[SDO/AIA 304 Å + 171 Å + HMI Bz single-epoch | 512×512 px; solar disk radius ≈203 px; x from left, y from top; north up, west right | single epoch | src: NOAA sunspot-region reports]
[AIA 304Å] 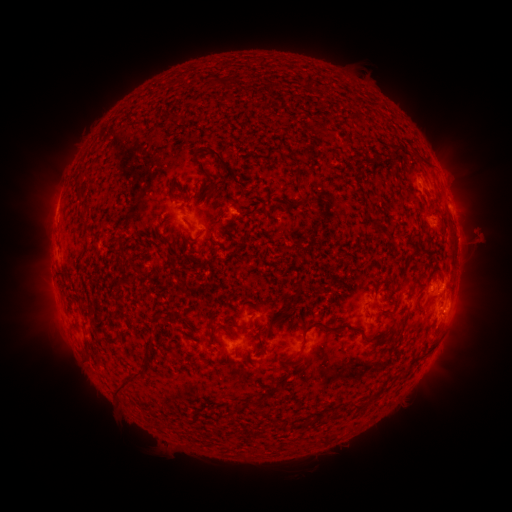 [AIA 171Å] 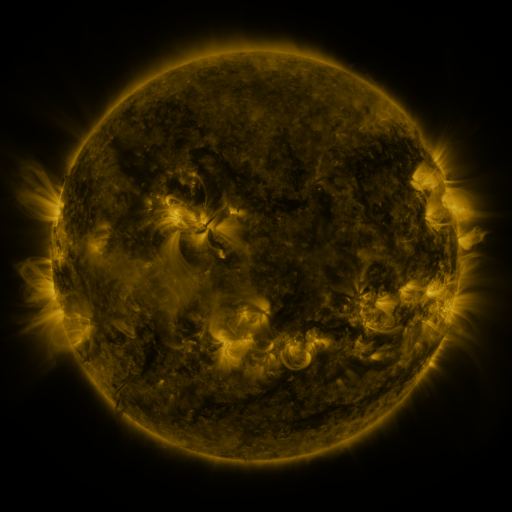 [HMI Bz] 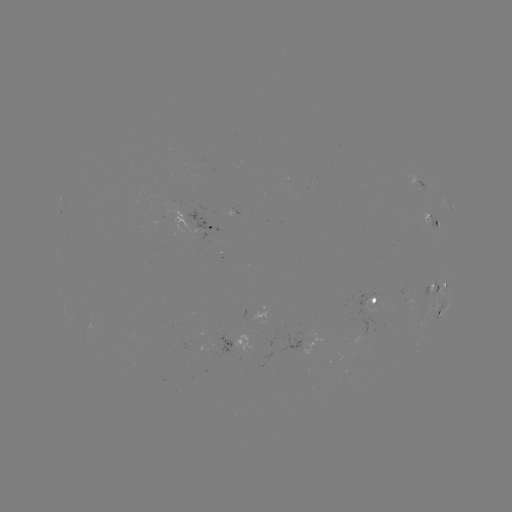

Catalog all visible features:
spotted active region: (417, 181)
spotted active region: (451, 205)
spotted active region: (232, 216)
spotted active region: (432, 218)
spotted active region: (208, 226)
spotted active region: (438, 284)
spotted active region: (378, 296)
spotted active region: (446, 305)
spotted active region: (239, 342)
